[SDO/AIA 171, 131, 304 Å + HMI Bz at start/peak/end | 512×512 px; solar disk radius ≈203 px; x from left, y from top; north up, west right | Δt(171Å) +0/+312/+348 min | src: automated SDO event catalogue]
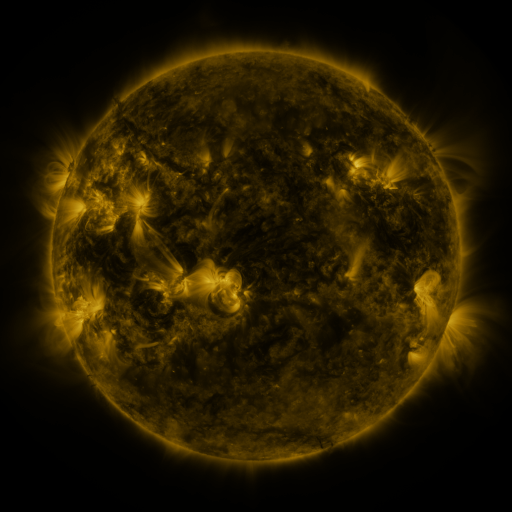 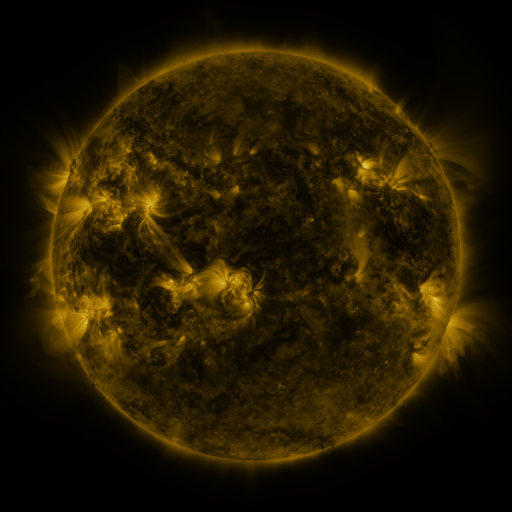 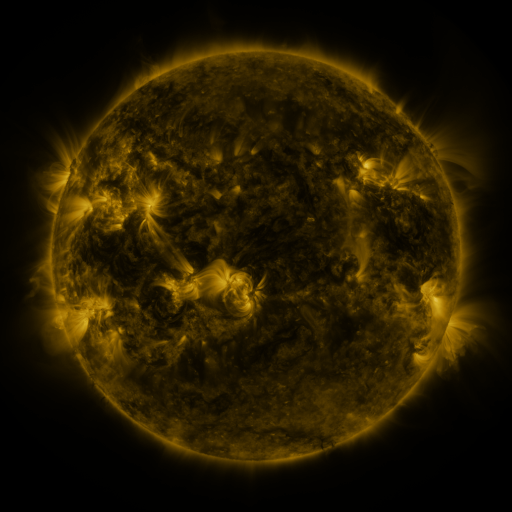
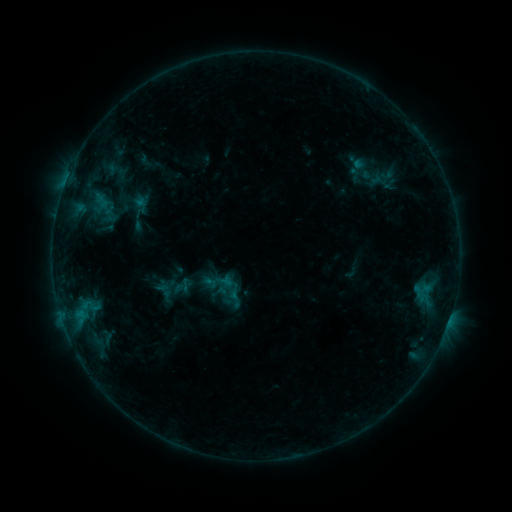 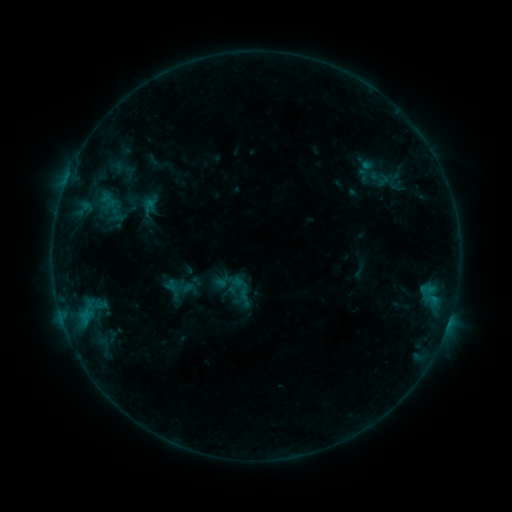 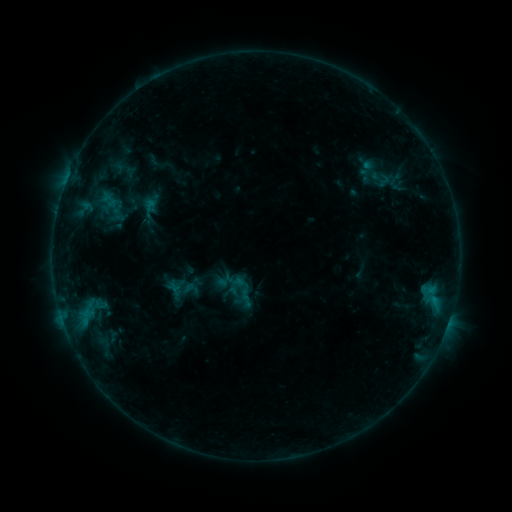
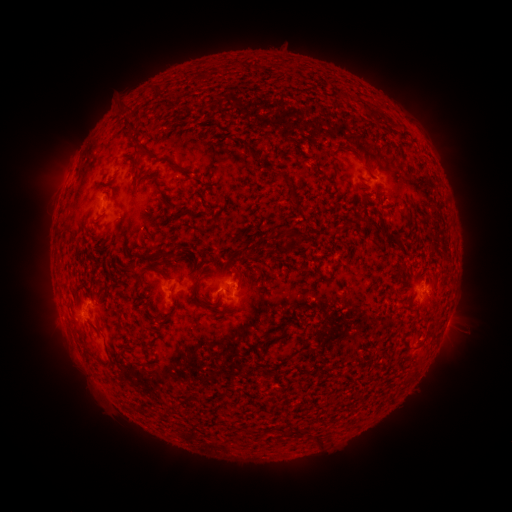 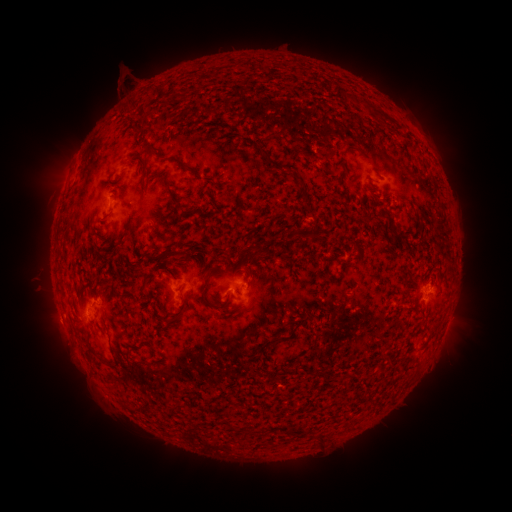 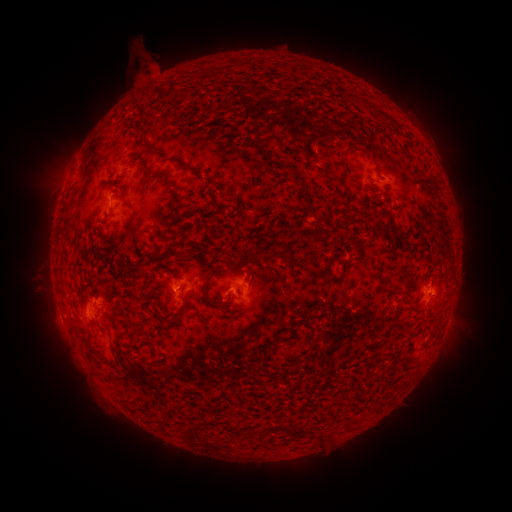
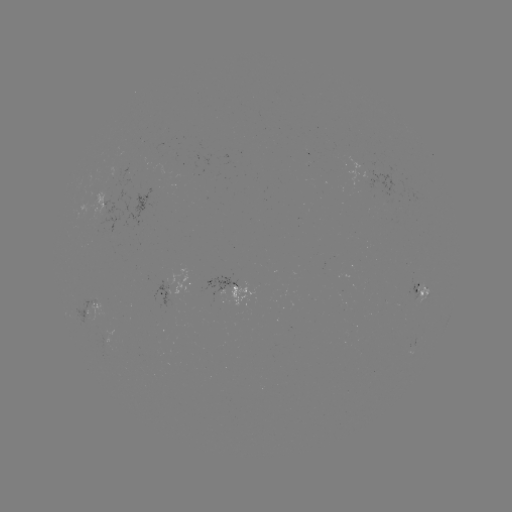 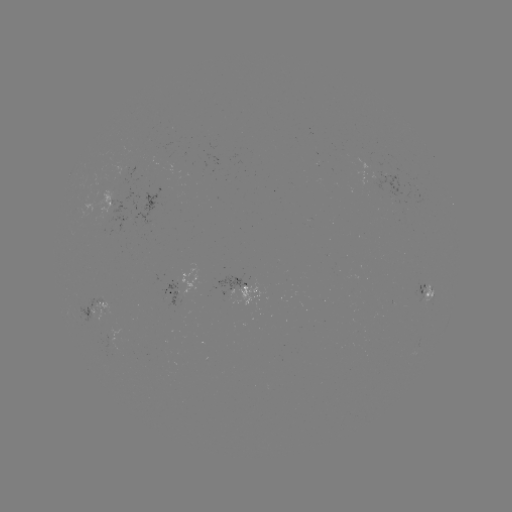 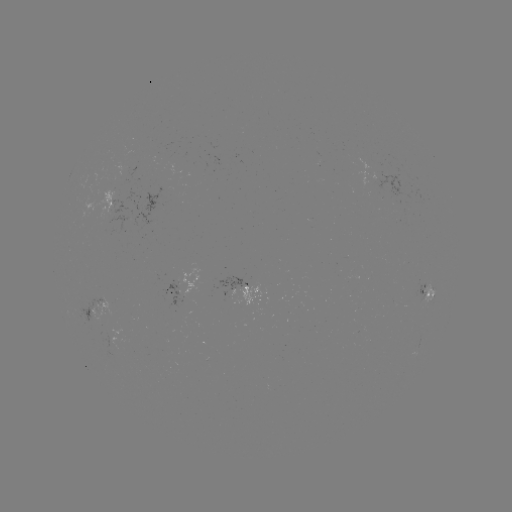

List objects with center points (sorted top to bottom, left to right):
emerging-flux region: (107, 196)
